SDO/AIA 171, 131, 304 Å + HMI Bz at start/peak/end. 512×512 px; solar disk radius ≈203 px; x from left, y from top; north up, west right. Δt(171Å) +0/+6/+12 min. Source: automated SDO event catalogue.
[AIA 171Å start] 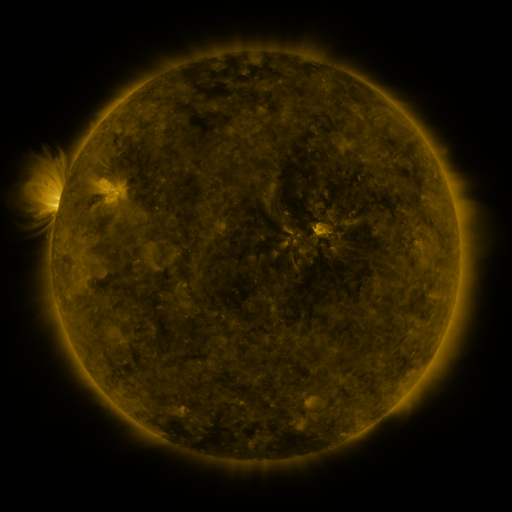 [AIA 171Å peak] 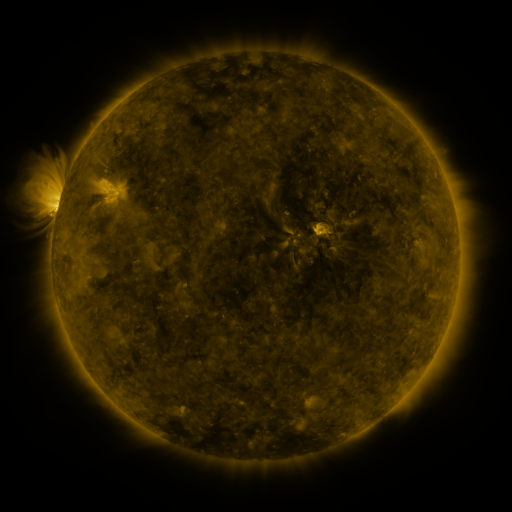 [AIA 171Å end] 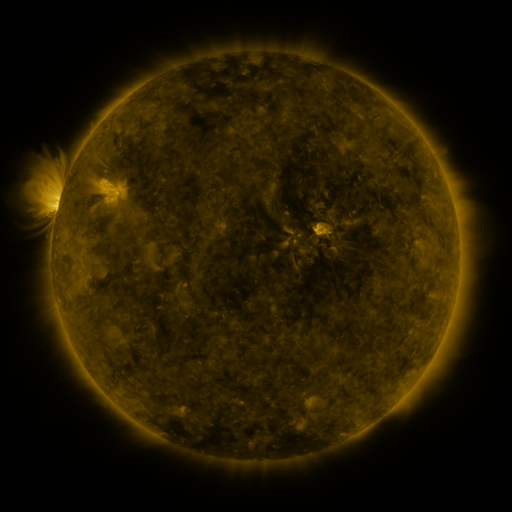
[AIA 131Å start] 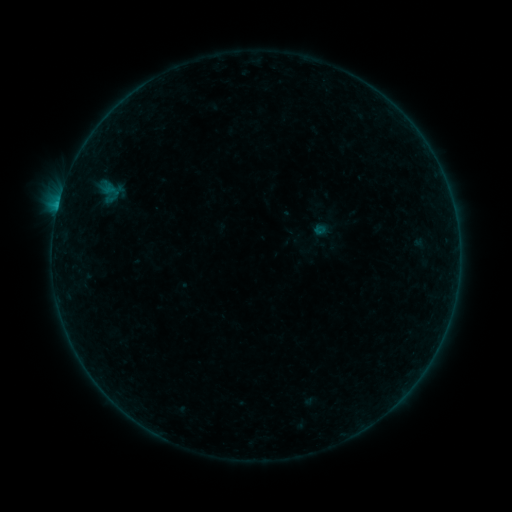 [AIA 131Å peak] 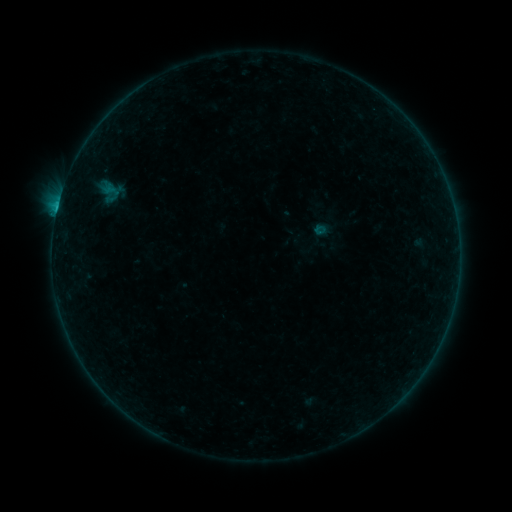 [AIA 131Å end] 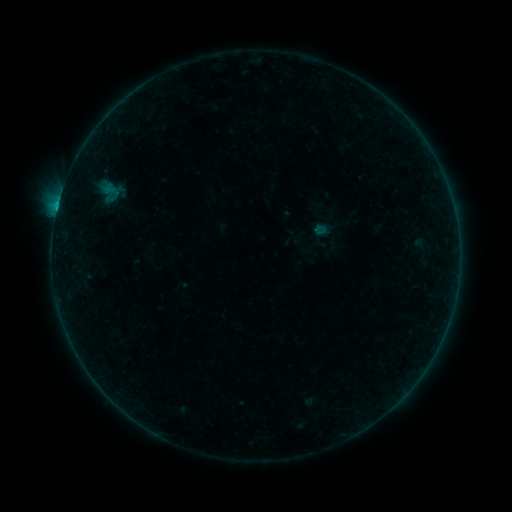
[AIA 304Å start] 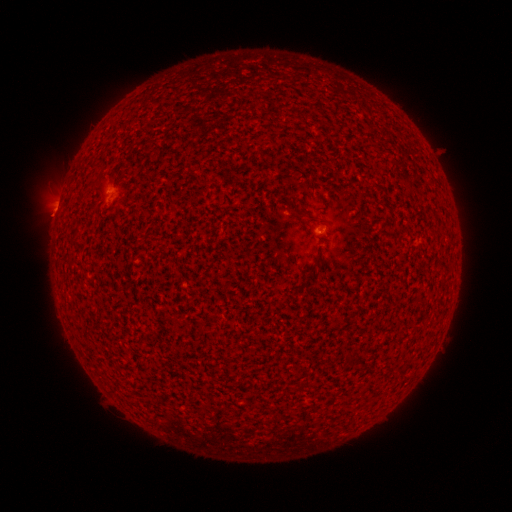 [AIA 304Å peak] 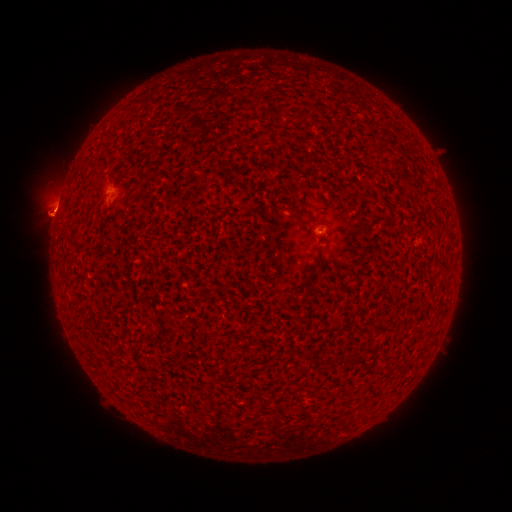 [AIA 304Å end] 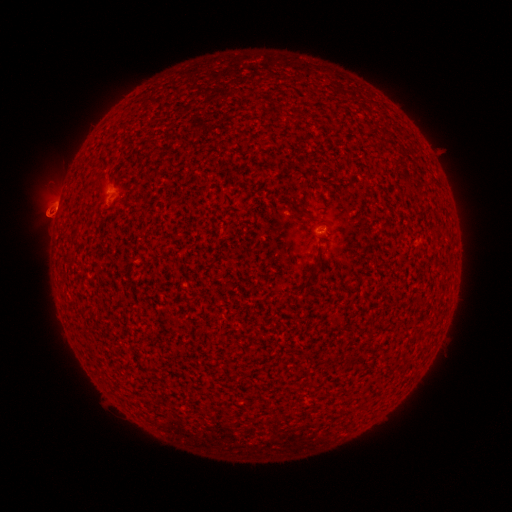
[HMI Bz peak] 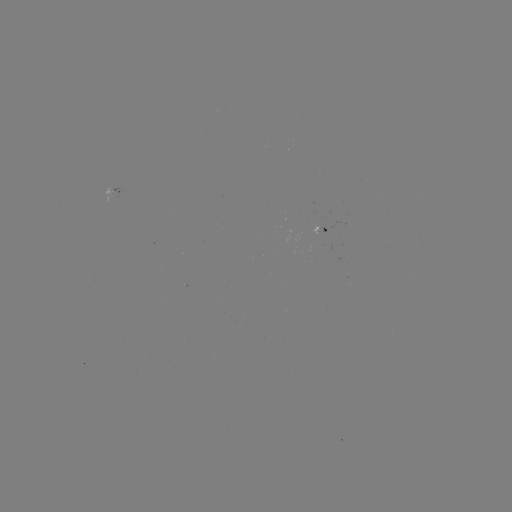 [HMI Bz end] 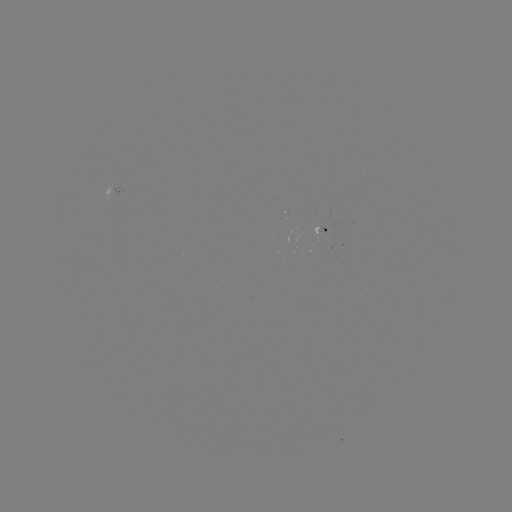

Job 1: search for B2.8 flare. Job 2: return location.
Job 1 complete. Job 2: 58,210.